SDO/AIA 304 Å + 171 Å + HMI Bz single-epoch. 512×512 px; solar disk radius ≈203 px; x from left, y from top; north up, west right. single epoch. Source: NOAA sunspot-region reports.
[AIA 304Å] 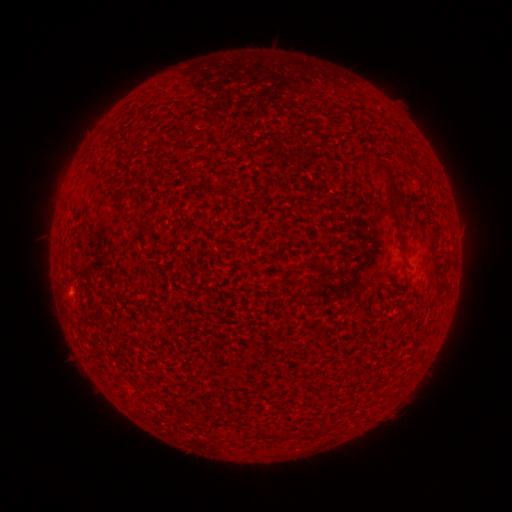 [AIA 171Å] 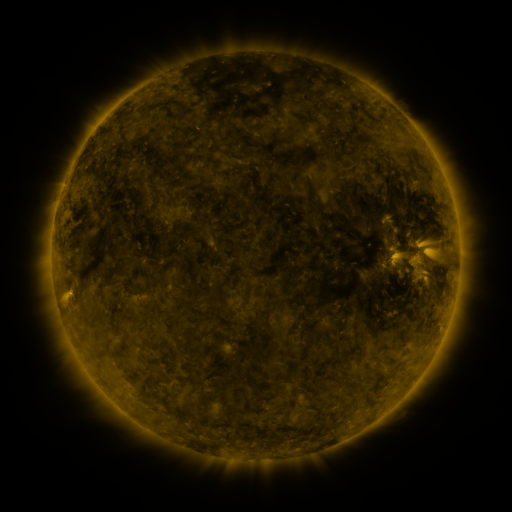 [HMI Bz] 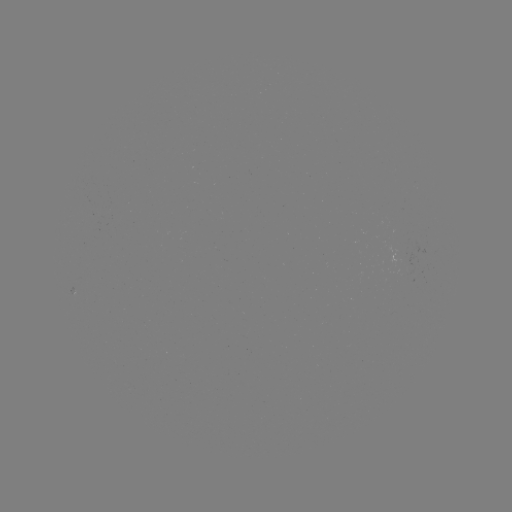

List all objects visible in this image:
(none)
